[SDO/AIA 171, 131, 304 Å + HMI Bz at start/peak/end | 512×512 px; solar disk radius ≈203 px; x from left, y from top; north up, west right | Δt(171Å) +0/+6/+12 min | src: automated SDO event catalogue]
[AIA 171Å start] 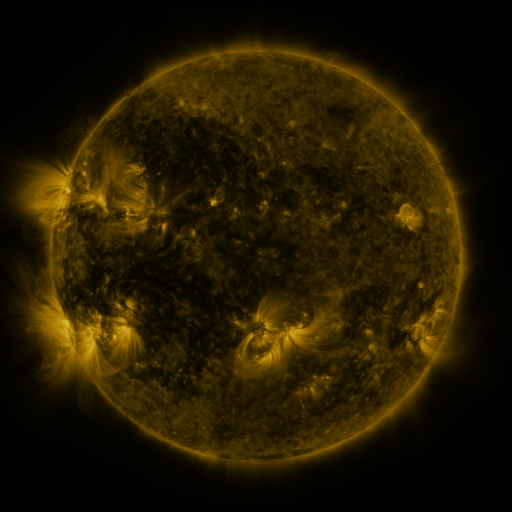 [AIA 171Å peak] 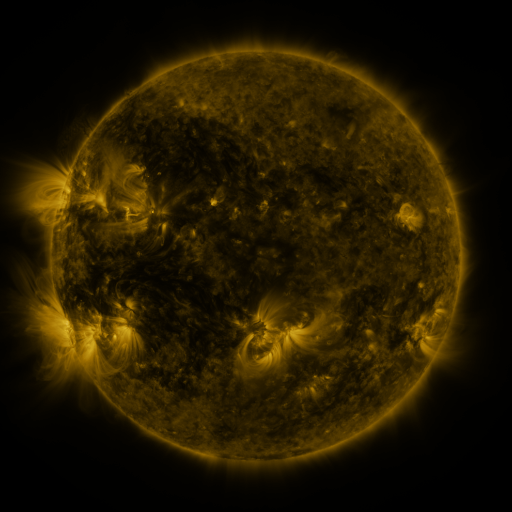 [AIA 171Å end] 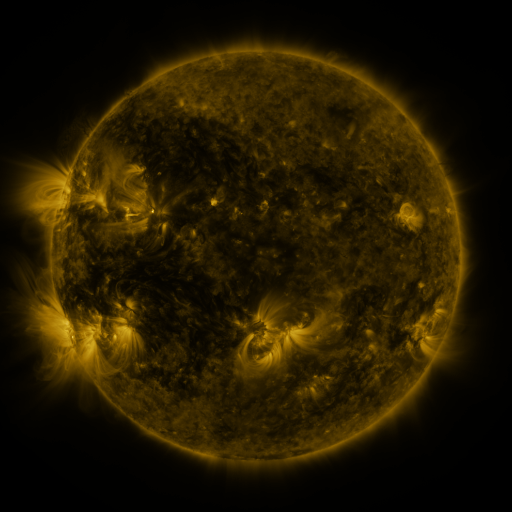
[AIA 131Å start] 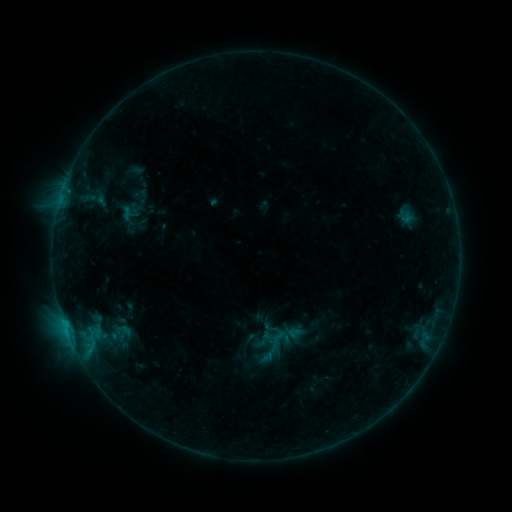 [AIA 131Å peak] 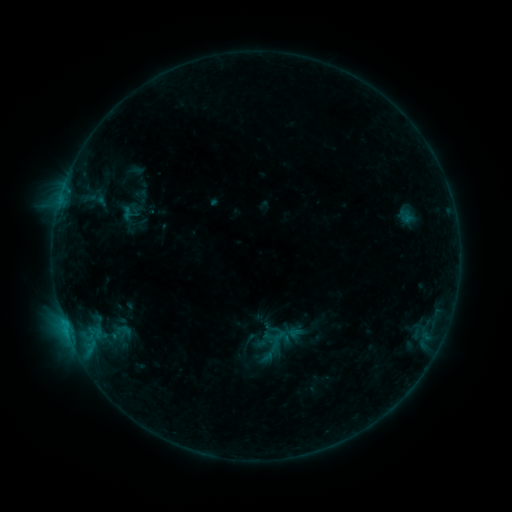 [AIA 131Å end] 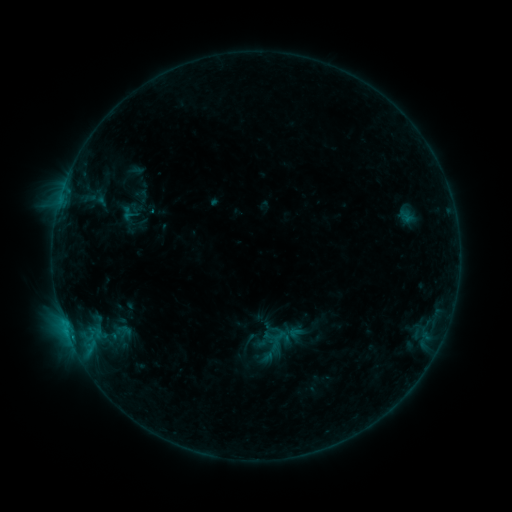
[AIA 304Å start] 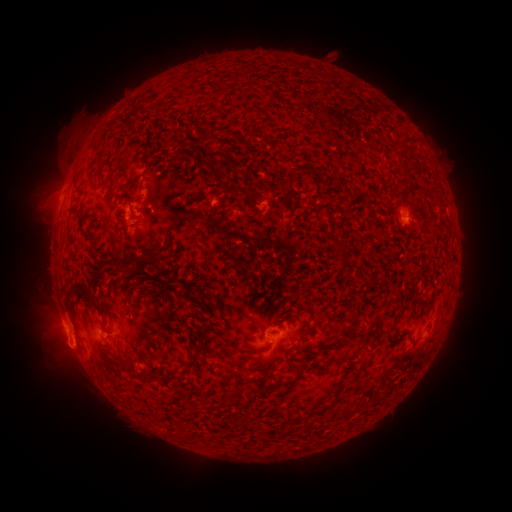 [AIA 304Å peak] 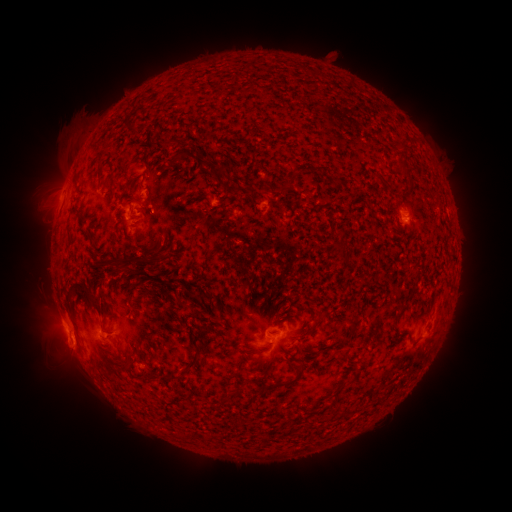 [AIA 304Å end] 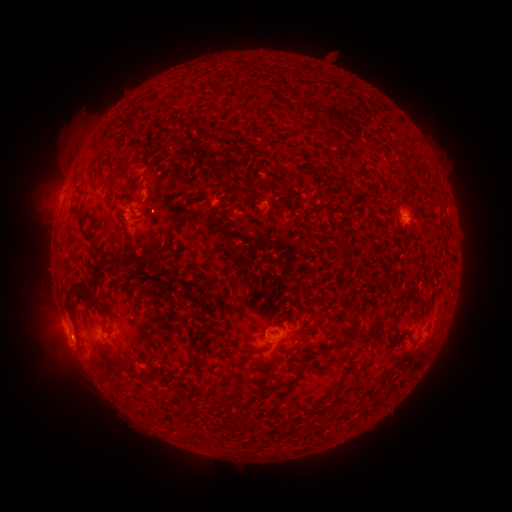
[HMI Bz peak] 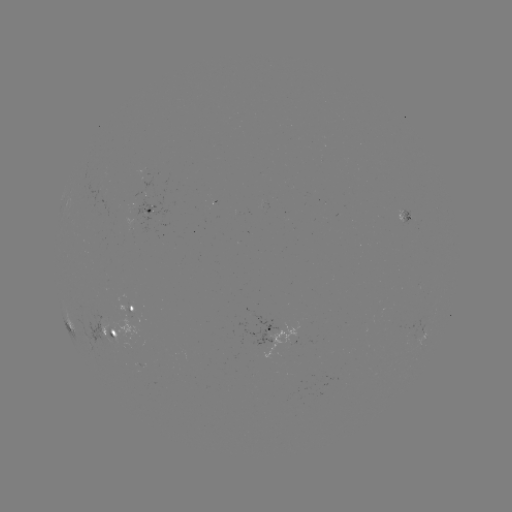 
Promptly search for B6.8 flare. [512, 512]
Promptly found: [152, 215].